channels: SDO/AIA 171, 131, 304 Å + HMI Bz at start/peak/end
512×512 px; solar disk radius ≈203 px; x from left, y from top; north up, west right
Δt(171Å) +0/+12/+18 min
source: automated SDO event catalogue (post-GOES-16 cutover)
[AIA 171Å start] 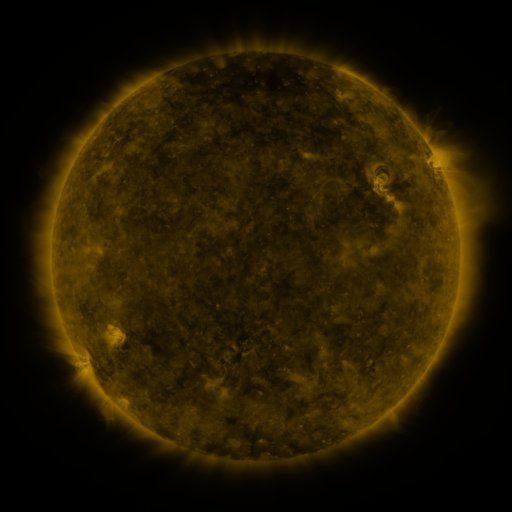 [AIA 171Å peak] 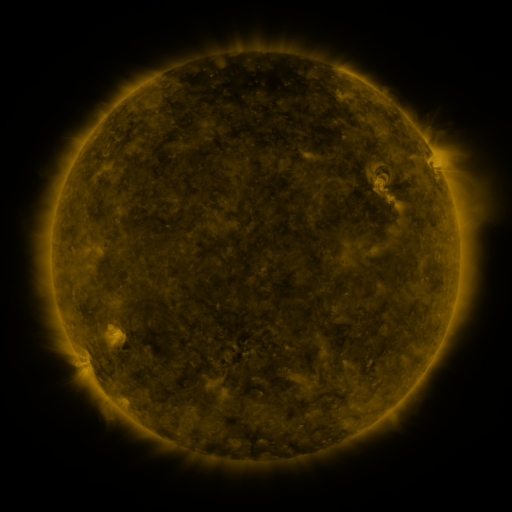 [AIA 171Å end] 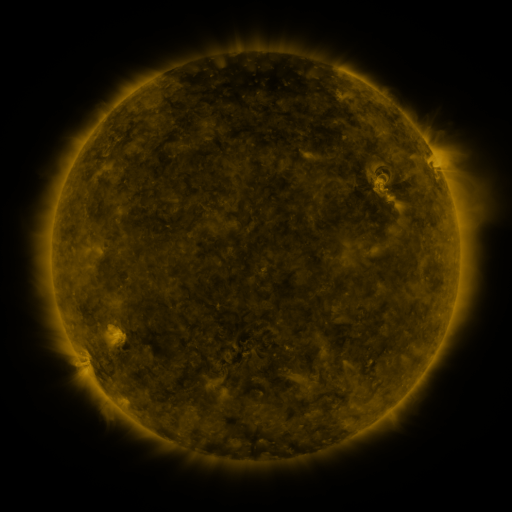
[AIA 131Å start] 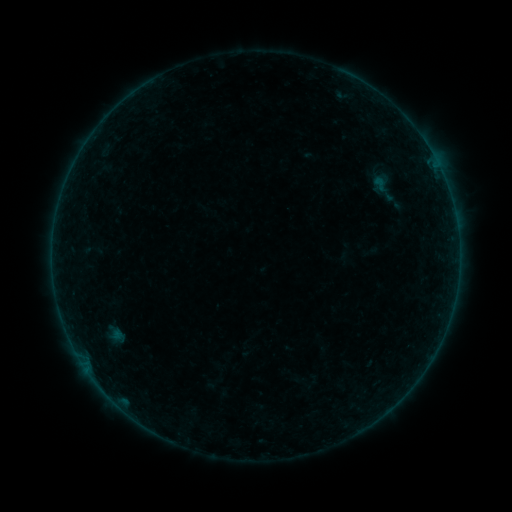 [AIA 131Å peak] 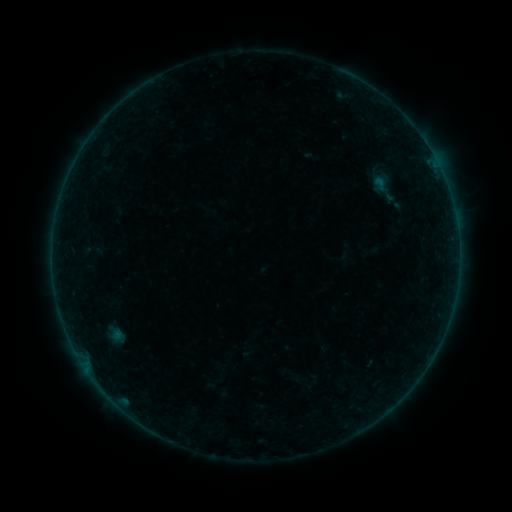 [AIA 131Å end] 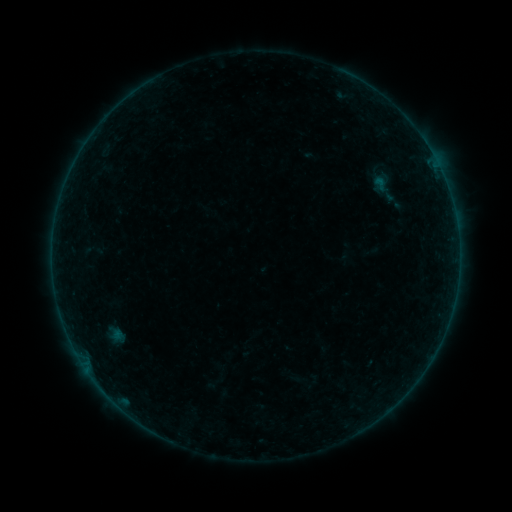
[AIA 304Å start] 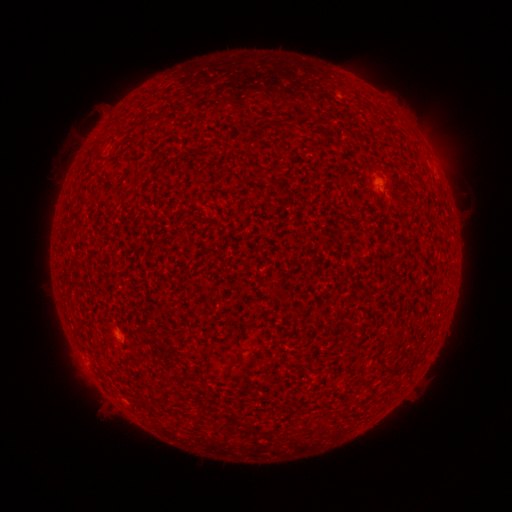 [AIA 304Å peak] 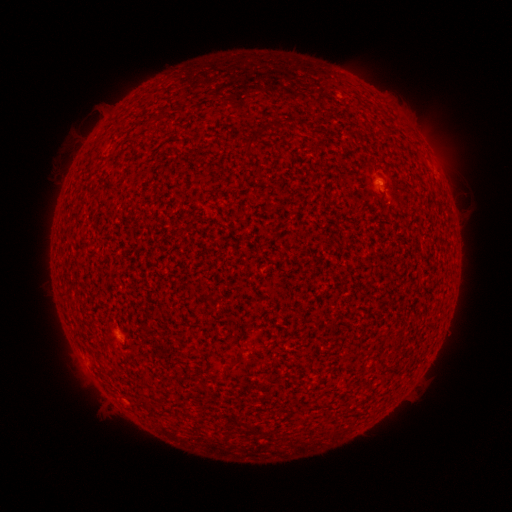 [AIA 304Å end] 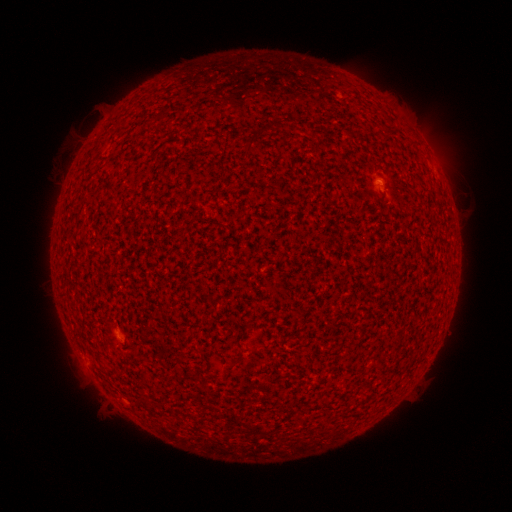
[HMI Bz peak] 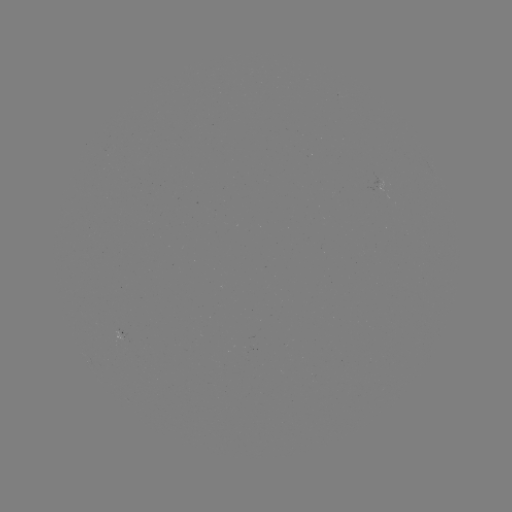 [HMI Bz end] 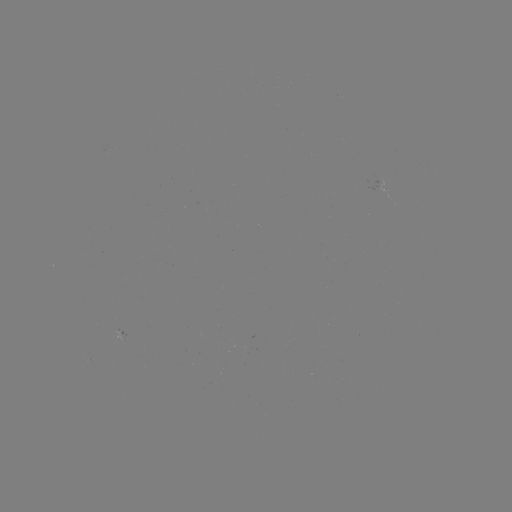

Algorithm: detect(A4.0 flare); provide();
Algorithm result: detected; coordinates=(378, 182)